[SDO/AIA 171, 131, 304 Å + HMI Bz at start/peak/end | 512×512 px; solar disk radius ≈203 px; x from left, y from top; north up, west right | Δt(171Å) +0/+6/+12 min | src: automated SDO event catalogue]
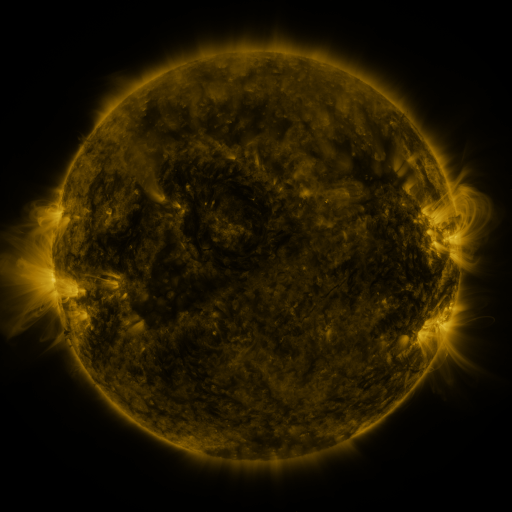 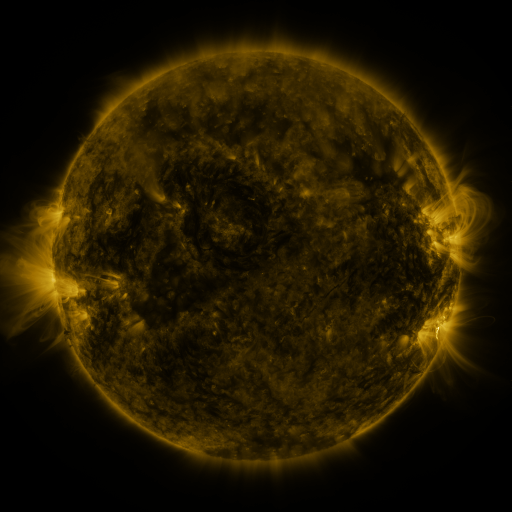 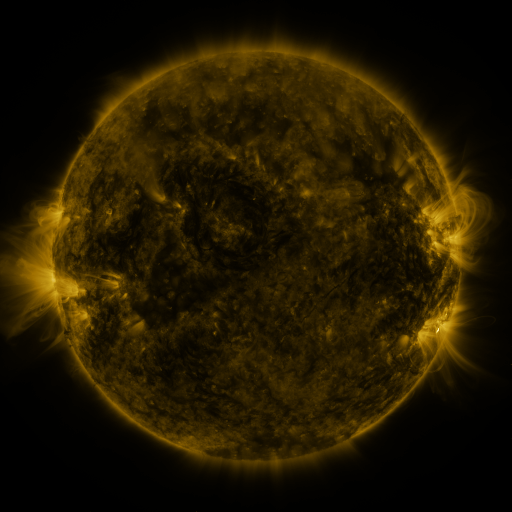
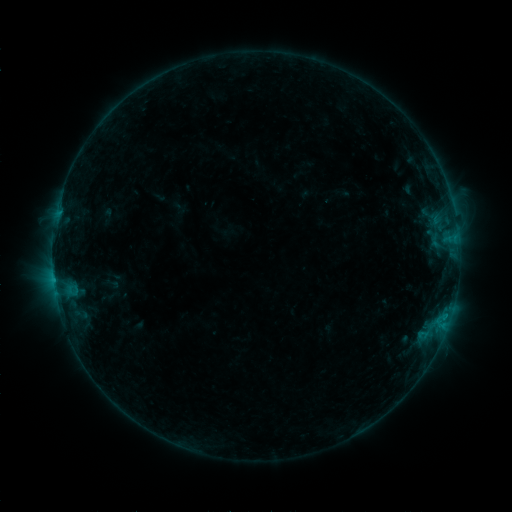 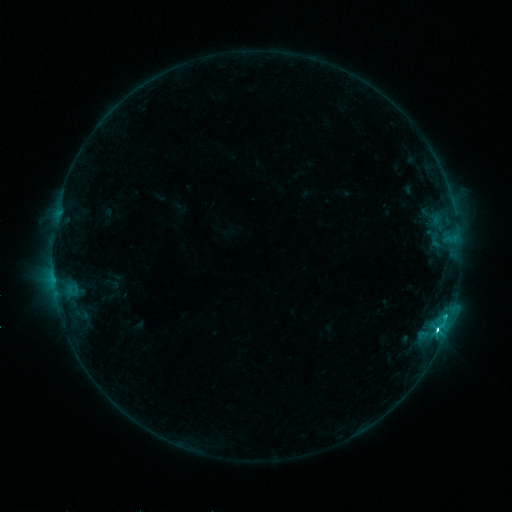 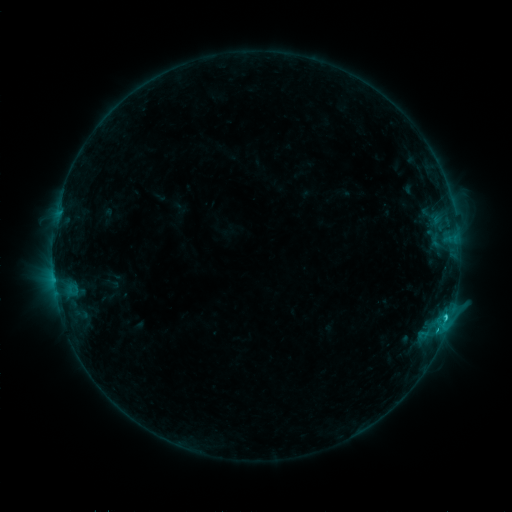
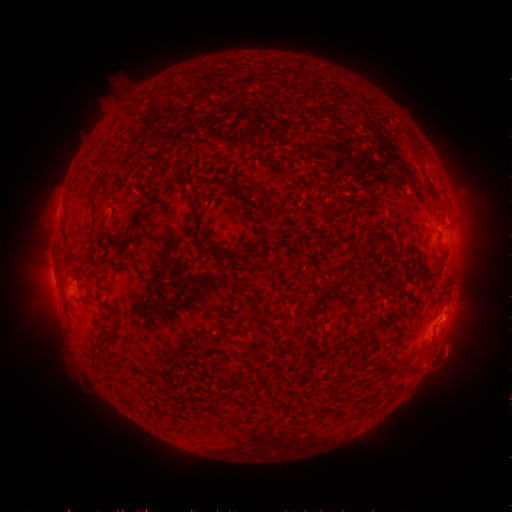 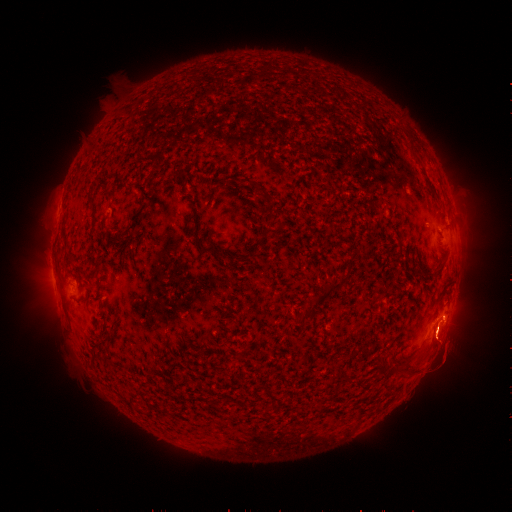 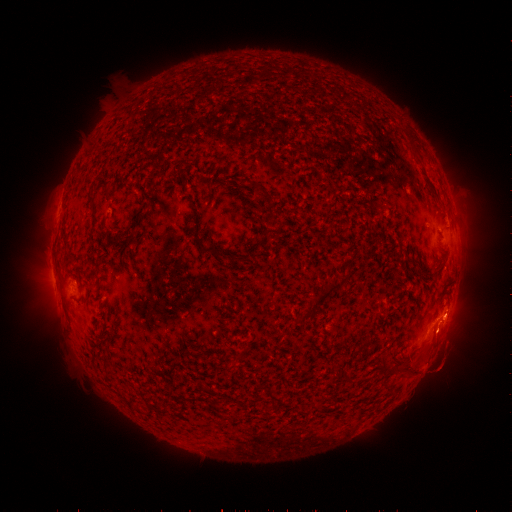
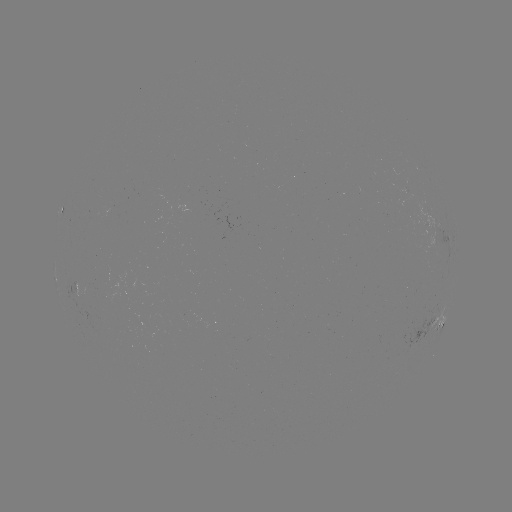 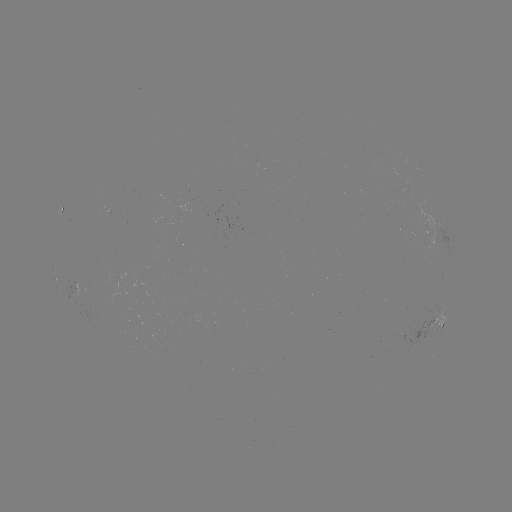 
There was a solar flare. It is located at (437, 329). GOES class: C2.7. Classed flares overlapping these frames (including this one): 1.